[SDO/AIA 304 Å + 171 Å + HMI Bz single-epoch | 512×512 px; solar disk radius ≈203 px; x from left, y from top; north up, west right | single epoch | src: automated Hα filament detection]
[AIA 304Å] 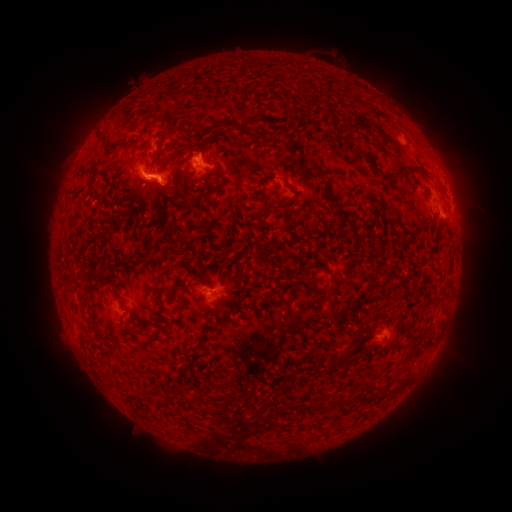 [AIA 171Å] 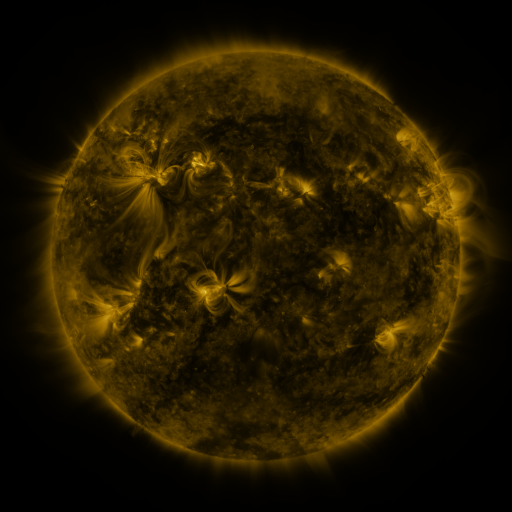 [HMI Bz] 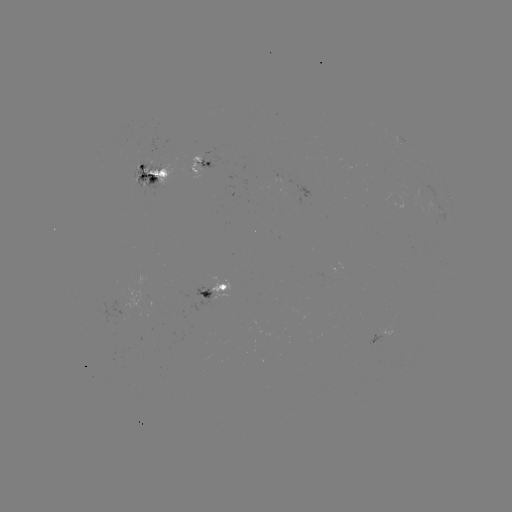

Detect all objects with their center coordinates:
filament: (148, 110)
filament: (243, 115)
filament: (217, 124)
filament: (100, 137)
filament: (143, 147)
filament: (185, 149)
filament: (386, 153)
filament: (160, 157)
filament: (137, 160)
filament: (371, 163)
filament: (304, 167)
filament: (398, 172)
filament: (411, 173)
filament: (181, 179)
filament: (323, 182)
filament: (289, 185)
filament: (153, 199)
filament: (332, 199)
filament: (137, 204)
filament: (340, 216)
filament: (148, 249)
filament: (125, 257)
filament: (87, 280)
filament: (107, 281)
filament: (332, 285)
filament: (175, 288)
filament: (319, 290)
filament: (224, 316)
filament: (96, 331)
filament: (188, 399)
filament: (349, 401)
filament: (313, 407)
filament: (166, 411)
filament: (146, 415)
